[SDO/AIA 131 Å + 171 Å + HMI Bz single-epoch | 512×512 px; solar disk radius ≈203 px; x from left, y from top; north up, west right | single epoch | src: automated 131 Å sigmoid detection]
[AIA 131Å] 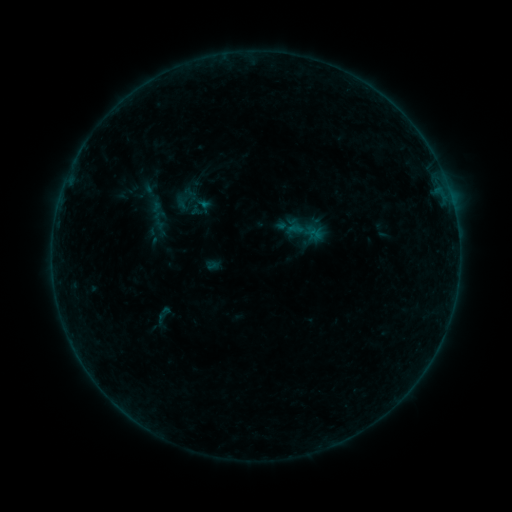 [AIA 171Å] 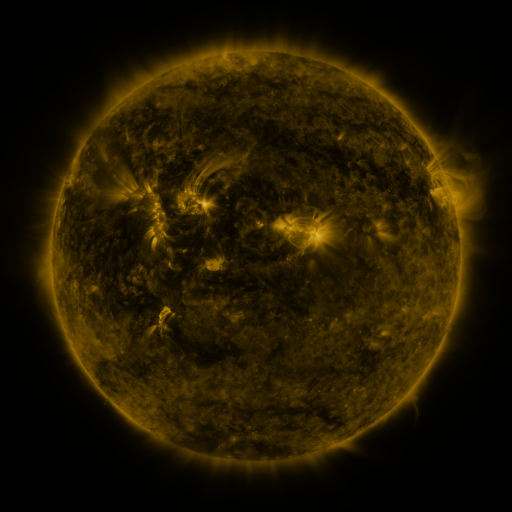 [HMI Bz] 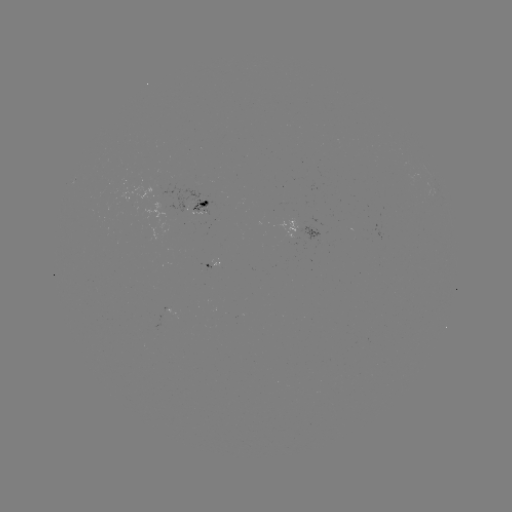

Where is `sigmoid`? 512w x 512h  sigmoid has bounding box [171, 184, 200, 213].